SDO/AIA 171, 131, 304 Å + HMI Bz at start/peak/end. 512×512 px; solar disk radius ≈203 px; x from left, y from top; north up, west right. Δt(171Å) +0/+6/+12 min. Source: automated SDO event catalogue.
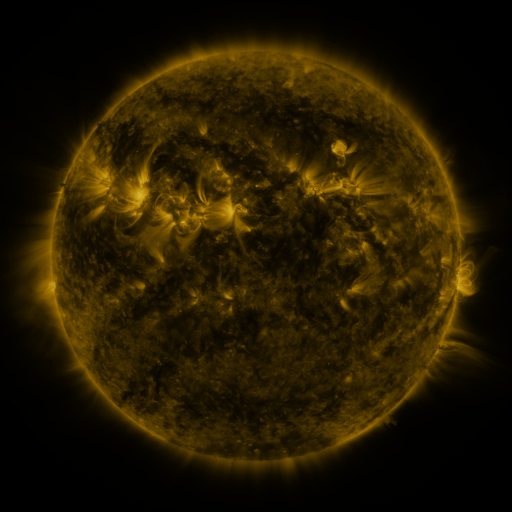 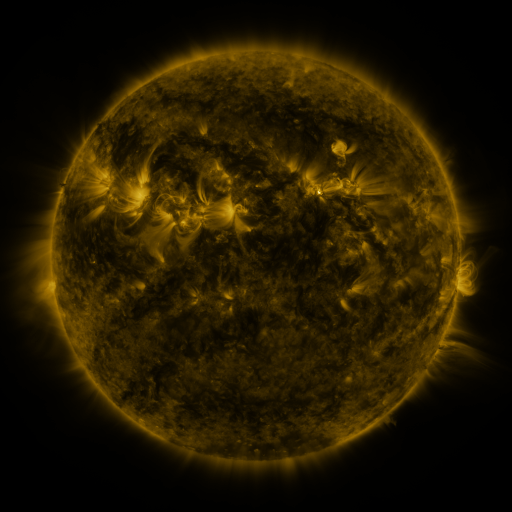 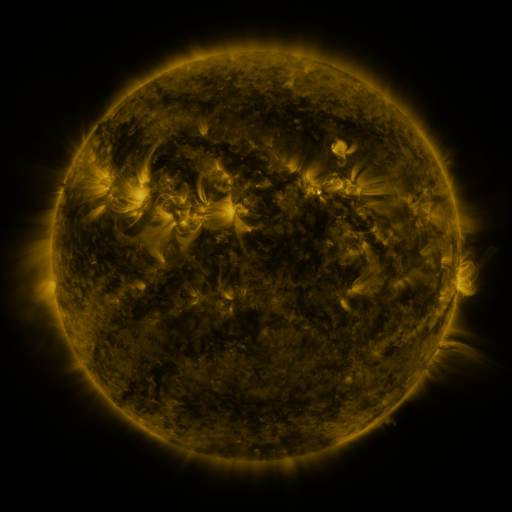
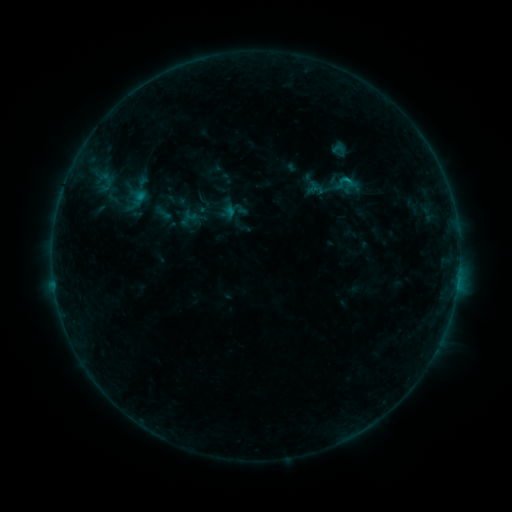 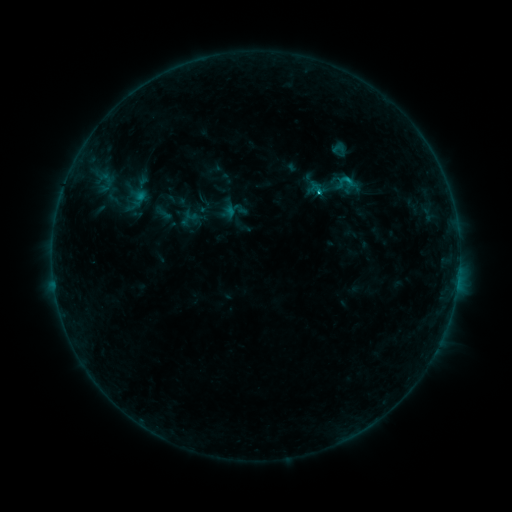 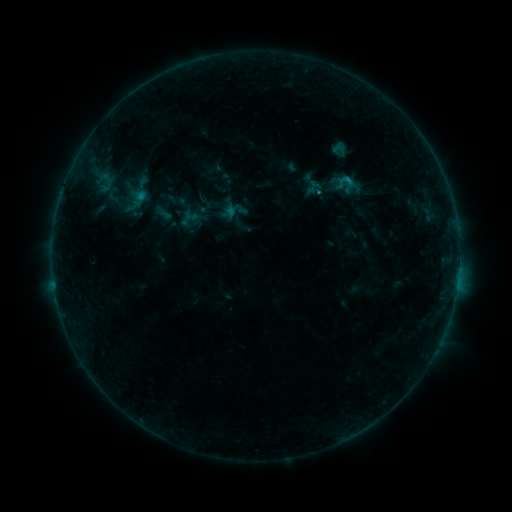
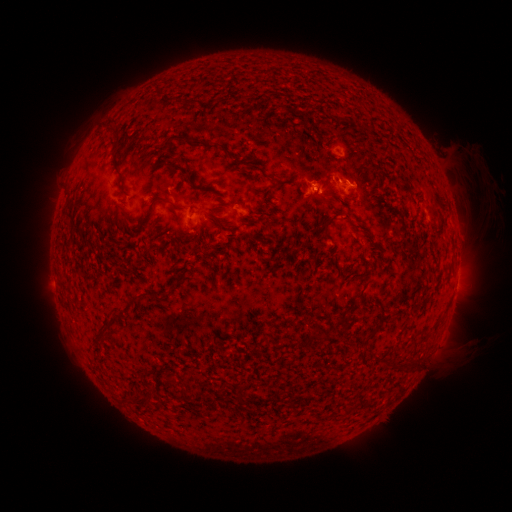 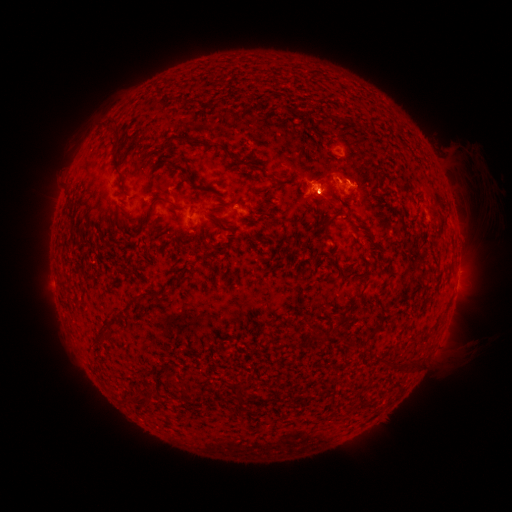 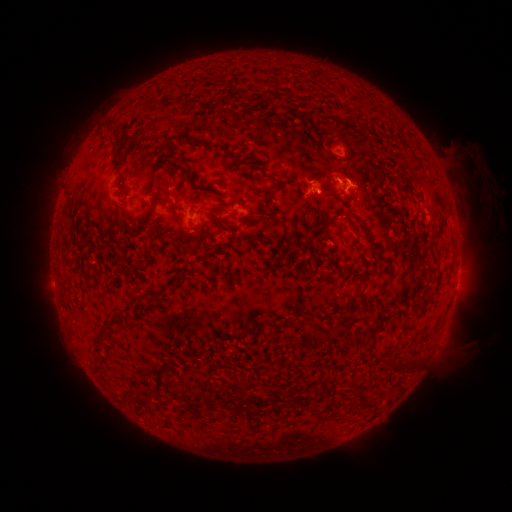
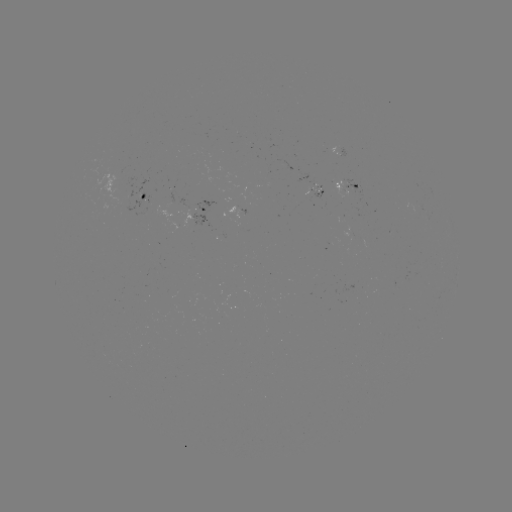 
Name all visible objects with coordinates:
eruption: (320, 198)
